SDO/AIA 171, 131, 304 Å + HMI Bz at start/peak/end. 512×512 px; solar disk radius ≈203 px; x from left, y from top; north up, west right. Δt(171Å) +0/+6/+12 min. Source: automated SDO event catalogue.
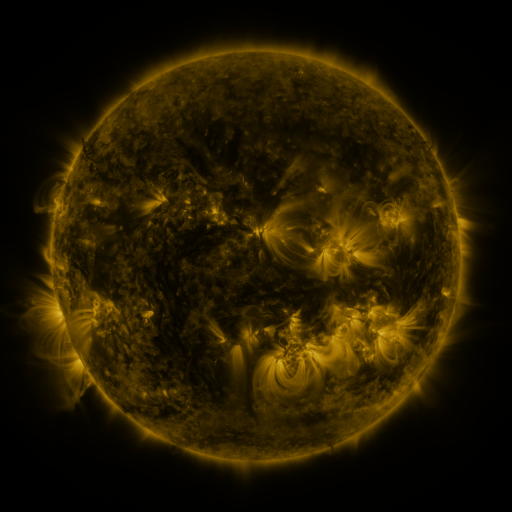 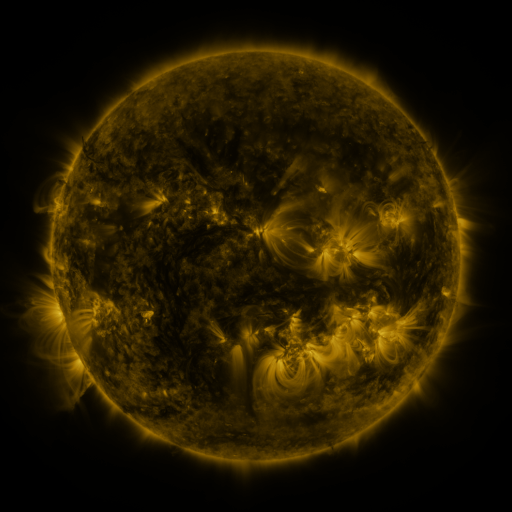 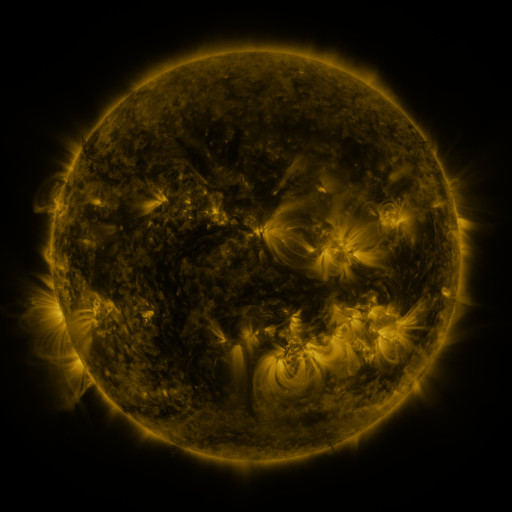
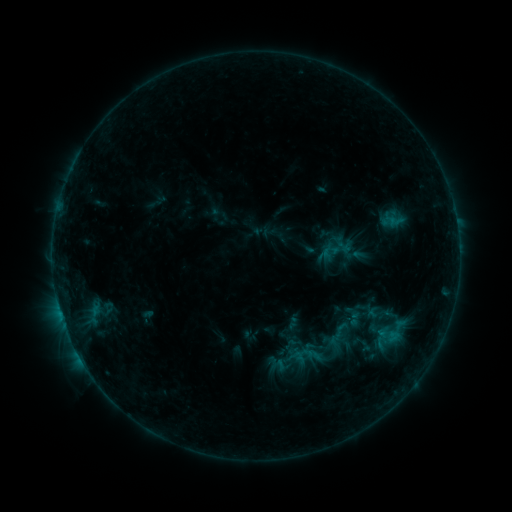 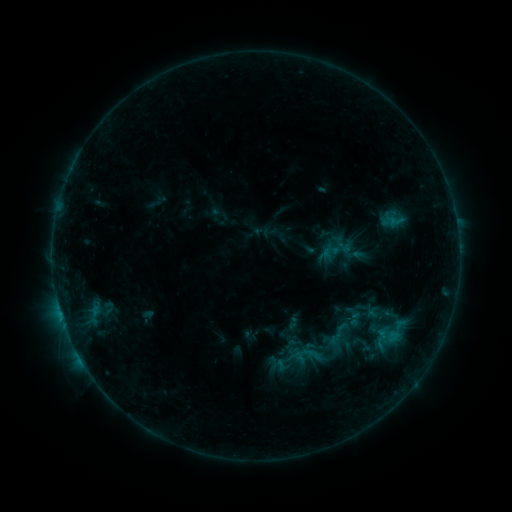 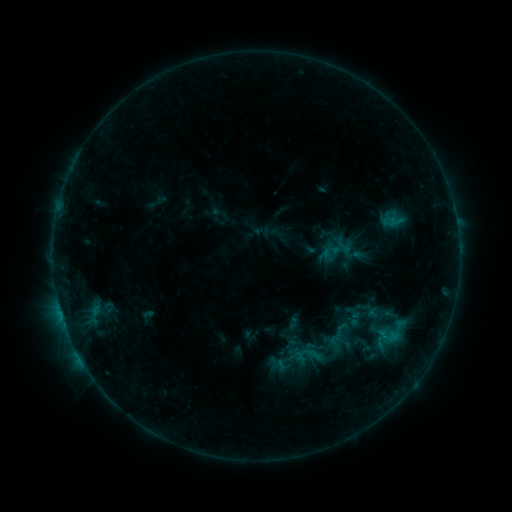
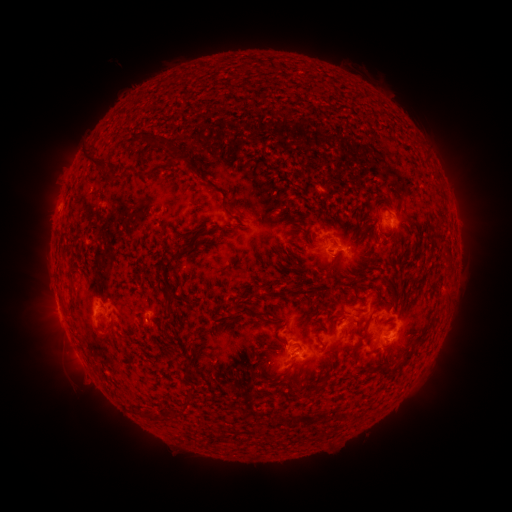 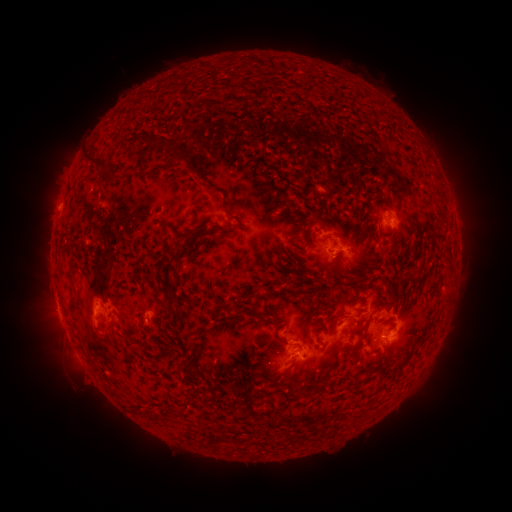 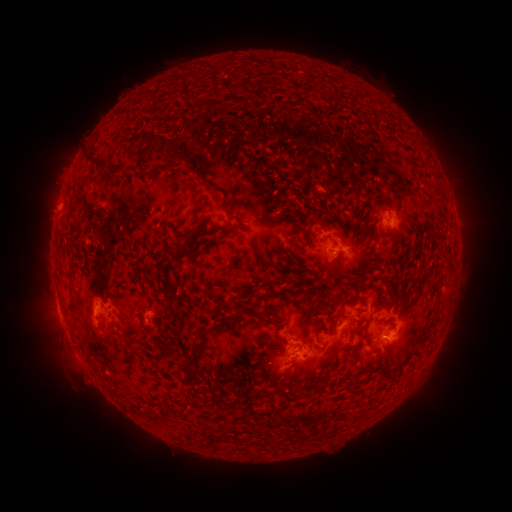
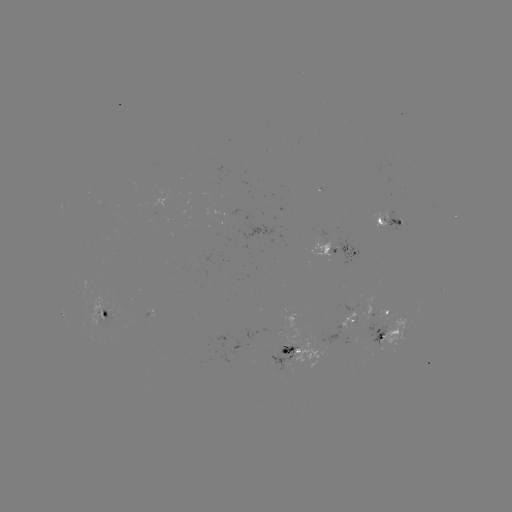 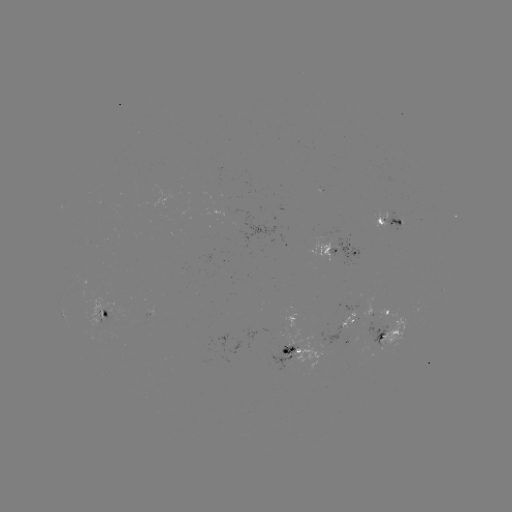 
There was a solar flare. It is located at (382, 336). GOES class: B7.6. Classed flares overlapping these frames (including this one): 1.